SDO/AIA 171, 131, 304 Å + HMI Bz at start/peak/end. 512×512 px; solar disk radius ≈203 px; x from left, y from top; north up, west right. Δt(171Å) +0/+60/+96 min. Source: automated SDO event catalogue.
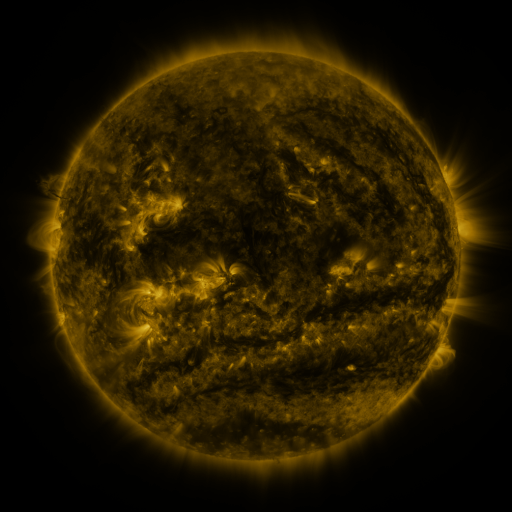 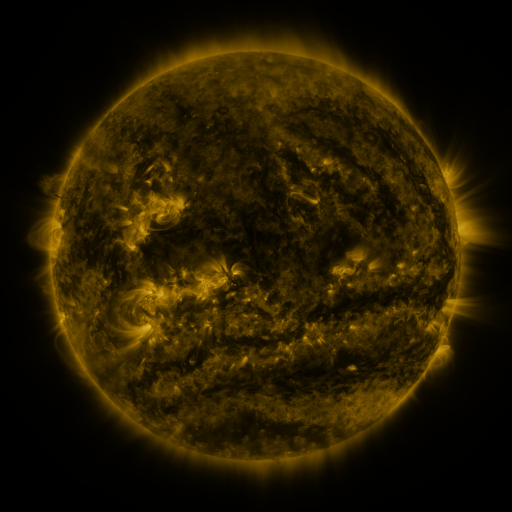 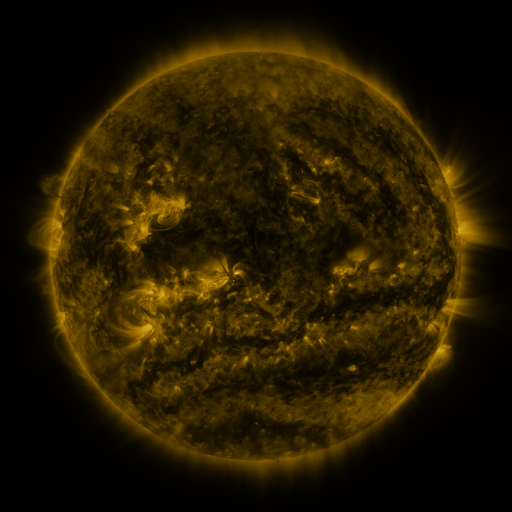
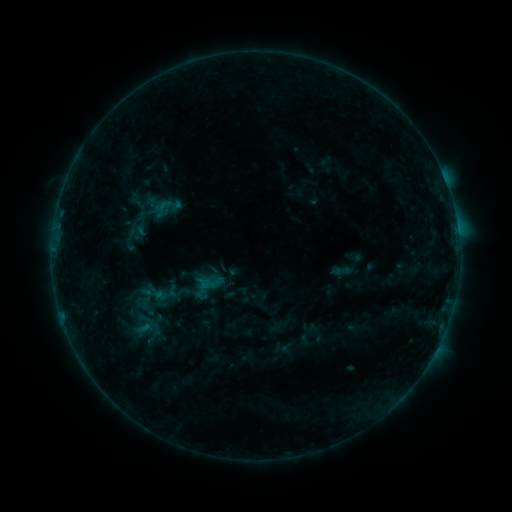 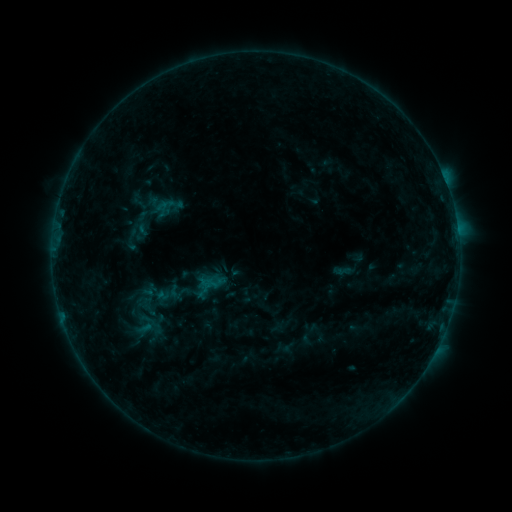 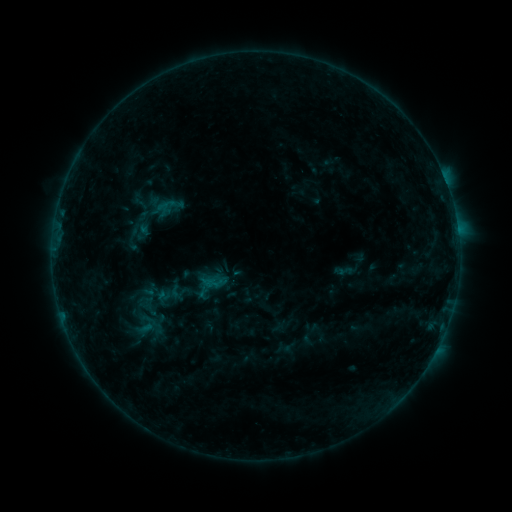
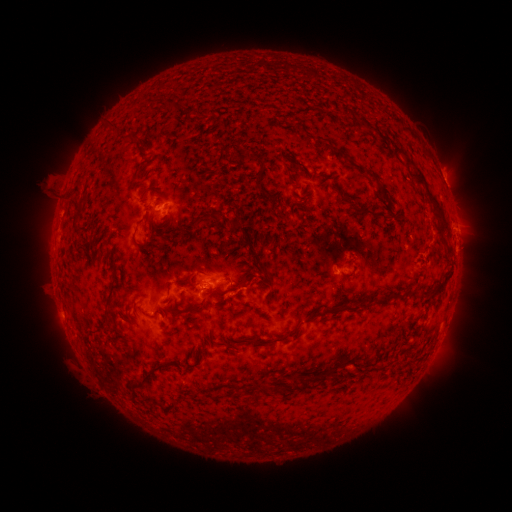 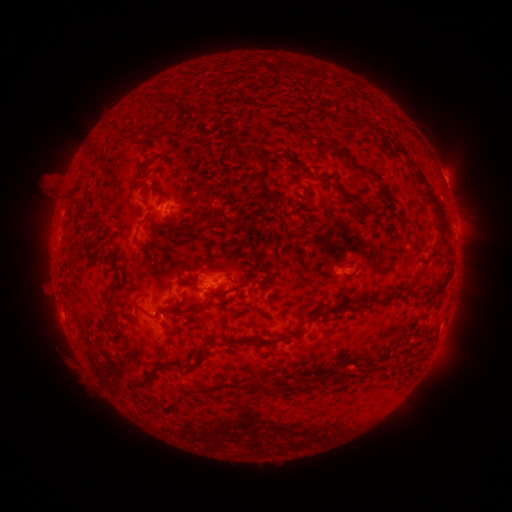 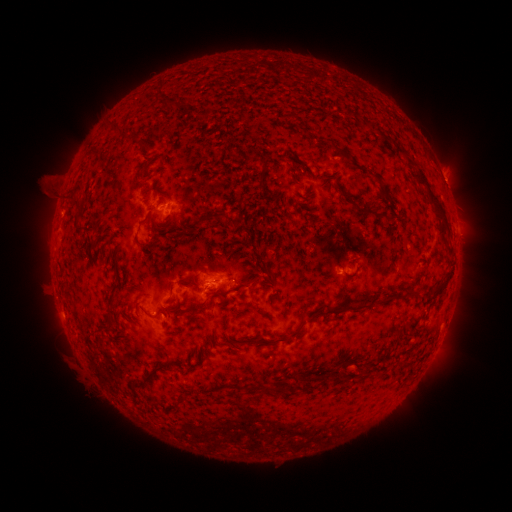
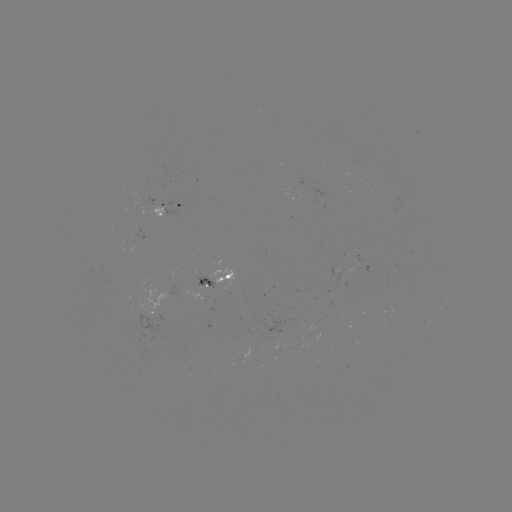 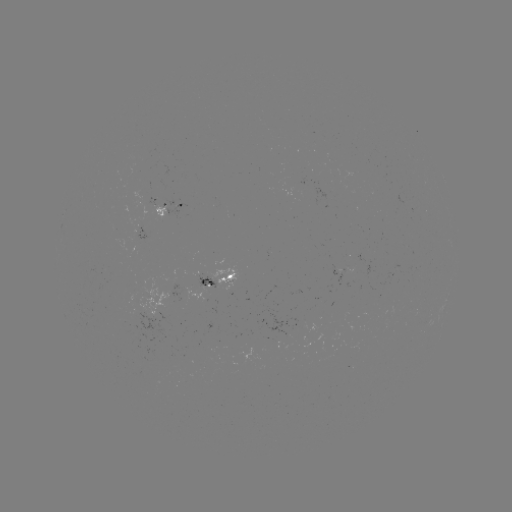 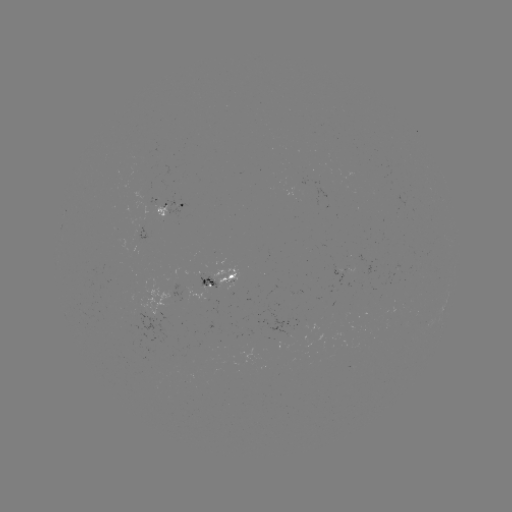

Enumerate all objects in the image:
emerging-flux region: (227, 285)
